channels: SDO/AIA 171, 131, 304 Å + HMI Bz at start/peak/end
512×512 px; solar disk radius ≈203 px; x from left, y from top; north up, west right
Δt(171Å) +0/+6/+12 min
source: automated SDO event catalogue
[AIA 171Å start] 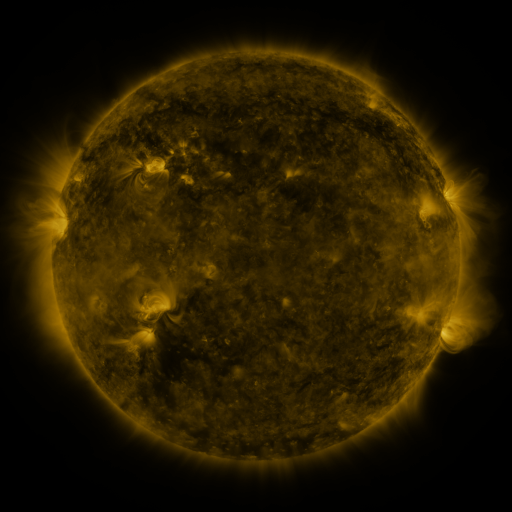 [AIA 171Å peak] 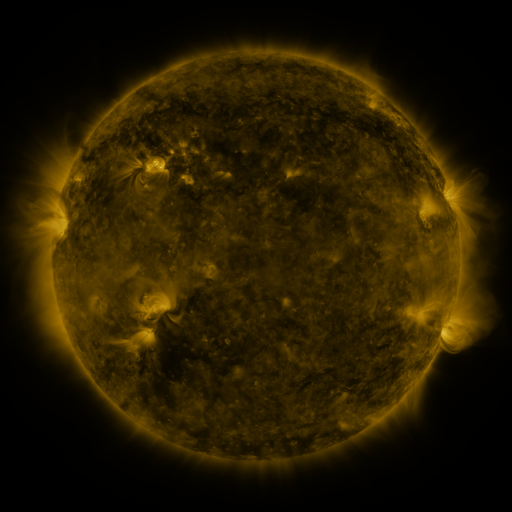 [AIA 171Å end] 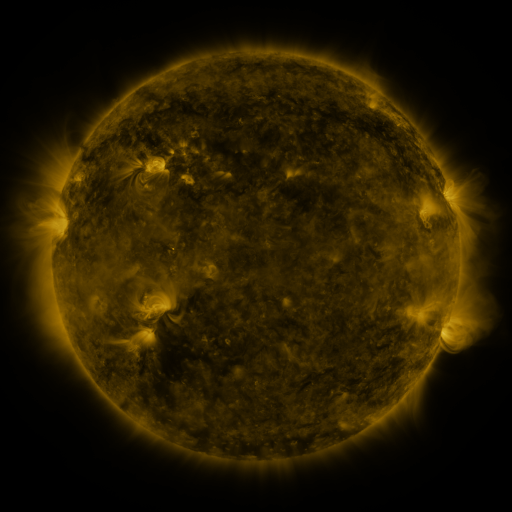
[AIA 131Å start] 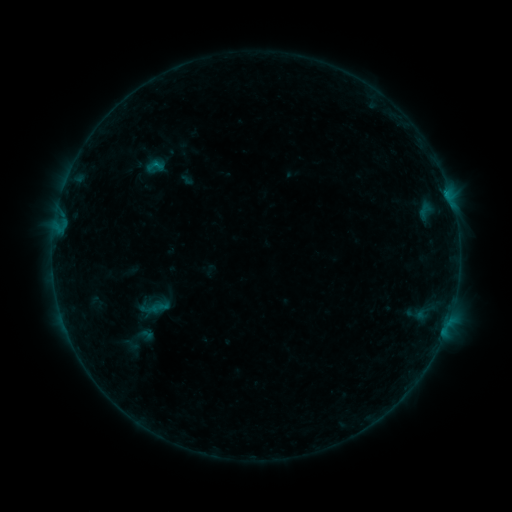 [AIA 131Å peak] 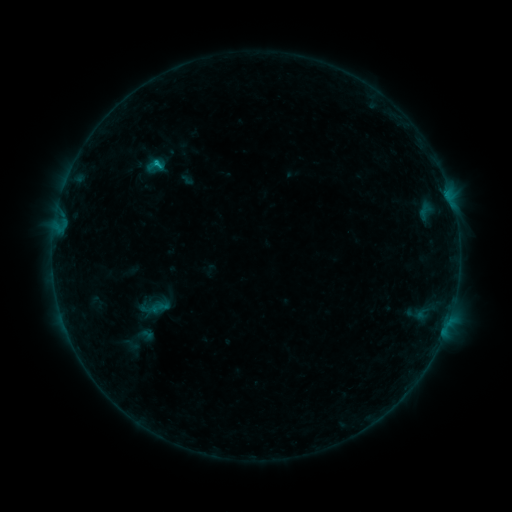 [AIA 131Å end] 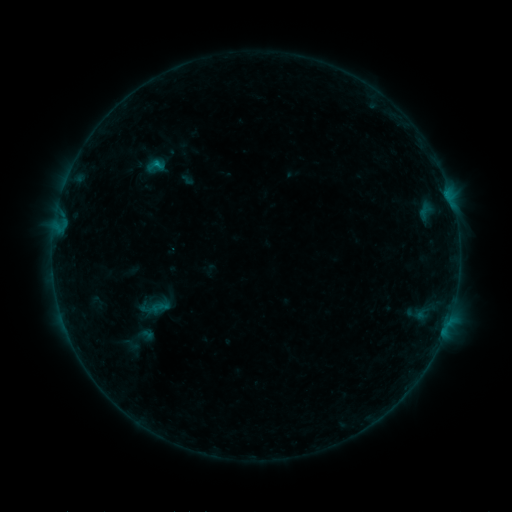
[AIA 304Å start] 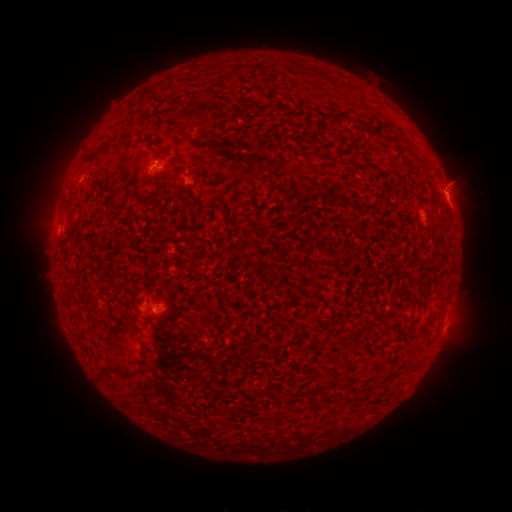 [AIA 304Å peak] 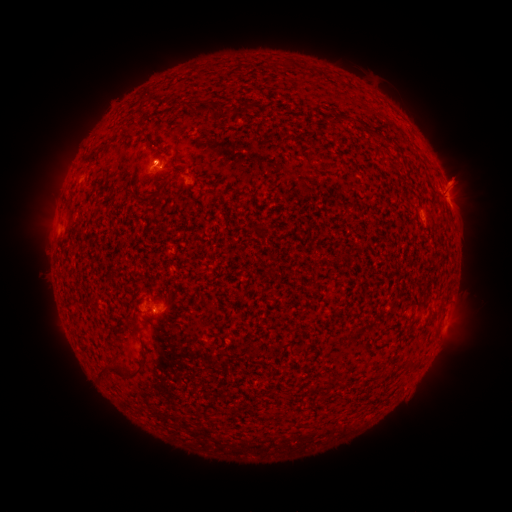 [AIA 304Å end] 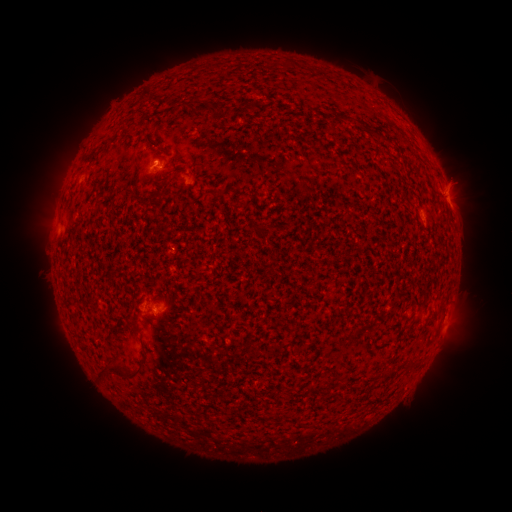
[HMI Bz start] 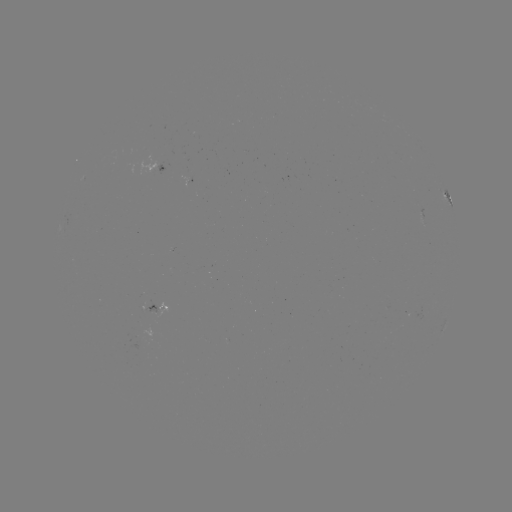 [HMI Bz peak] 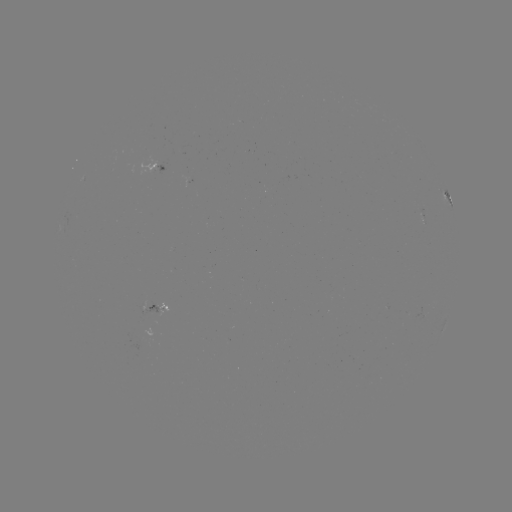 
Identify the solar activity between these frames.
B5.4 flare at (157, 164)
